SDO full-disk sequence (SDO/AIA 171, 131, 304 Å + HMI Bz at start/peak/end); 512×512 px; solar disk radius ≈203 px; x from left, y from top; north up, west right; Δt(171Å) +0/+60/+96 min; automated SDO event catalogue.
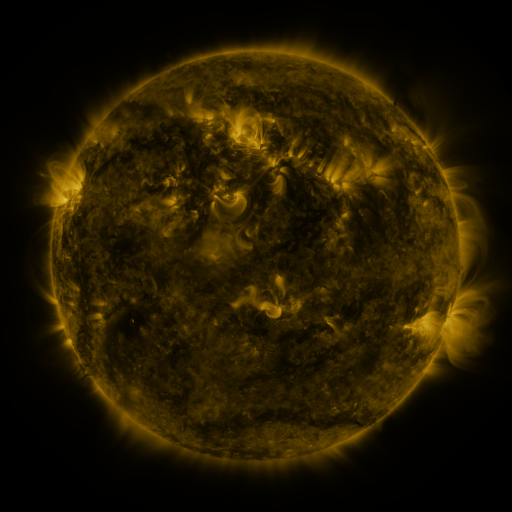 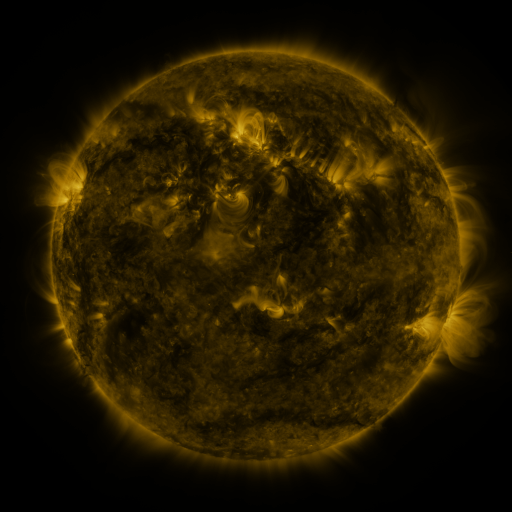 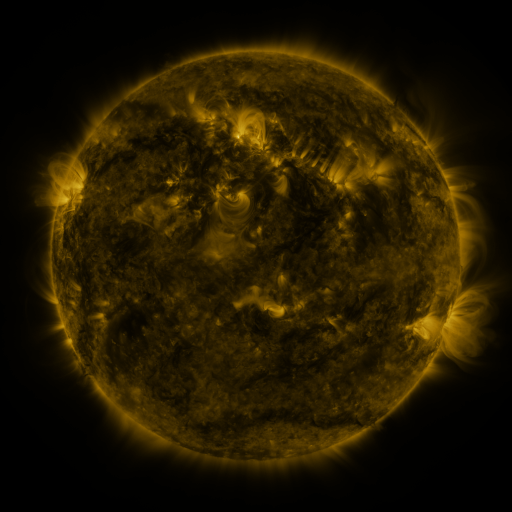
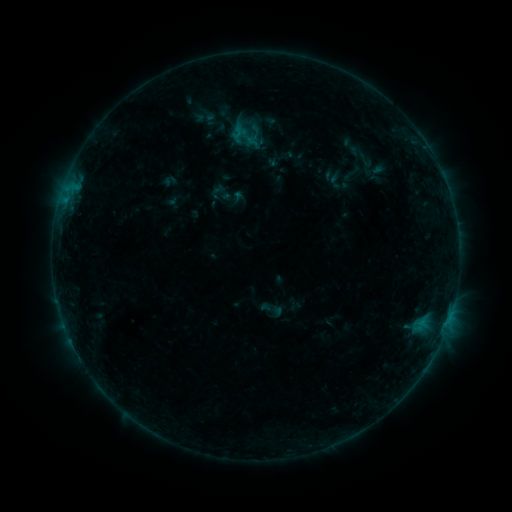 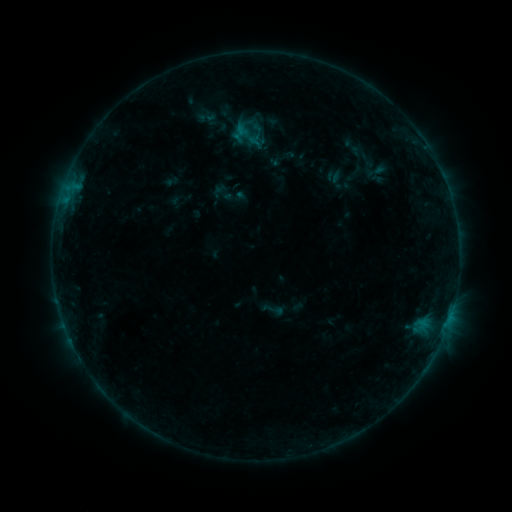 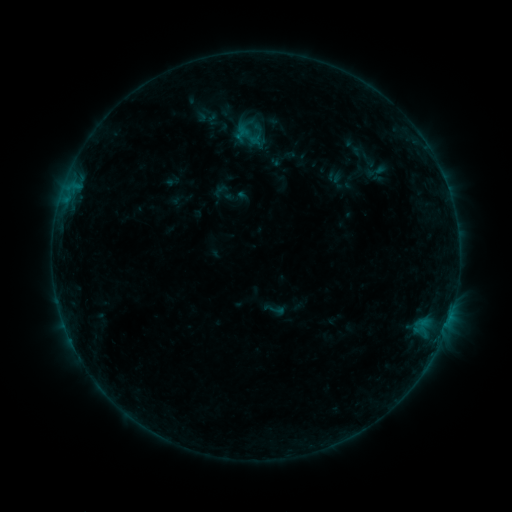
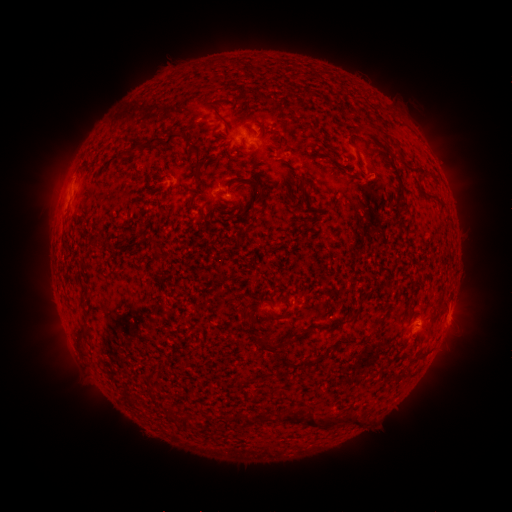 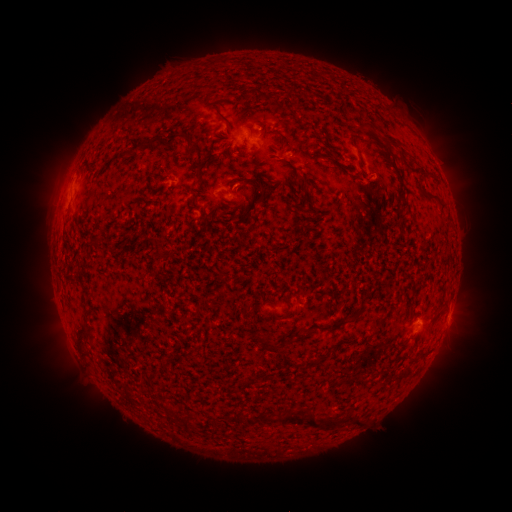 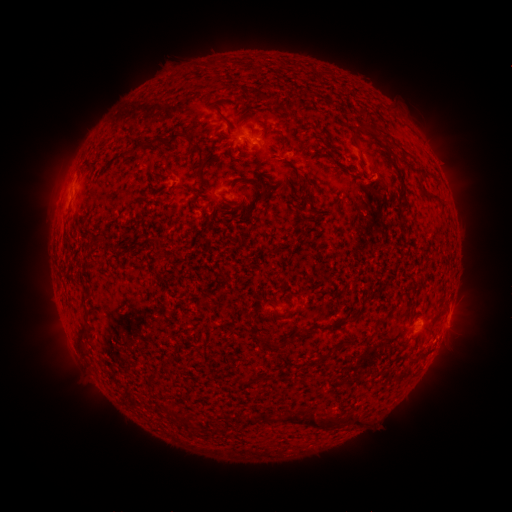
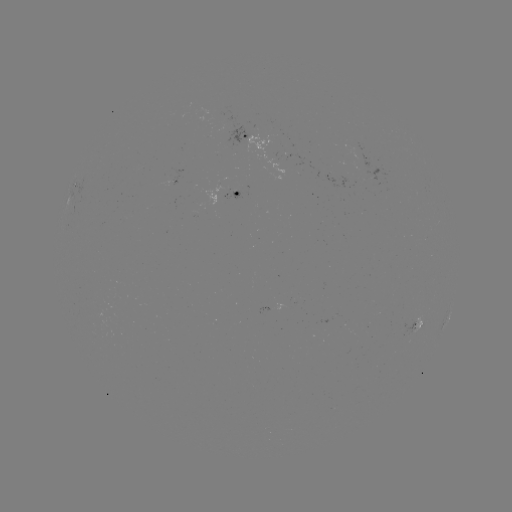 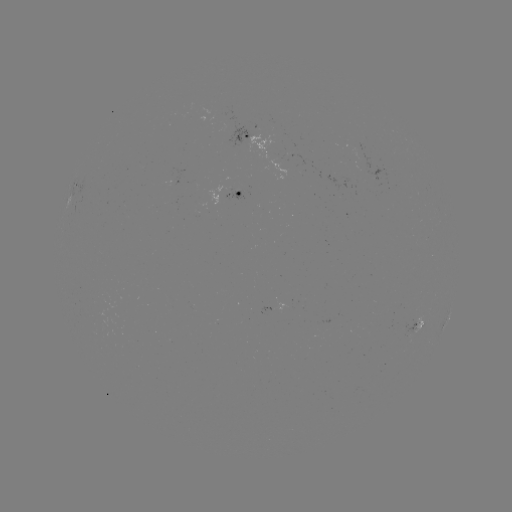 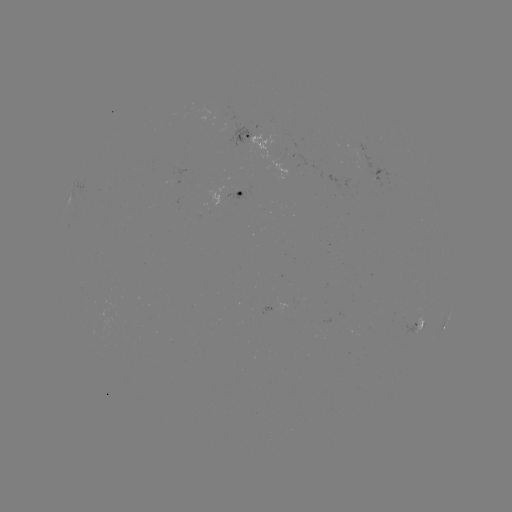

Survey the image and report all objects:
emerging-flux region: (174, 181)
